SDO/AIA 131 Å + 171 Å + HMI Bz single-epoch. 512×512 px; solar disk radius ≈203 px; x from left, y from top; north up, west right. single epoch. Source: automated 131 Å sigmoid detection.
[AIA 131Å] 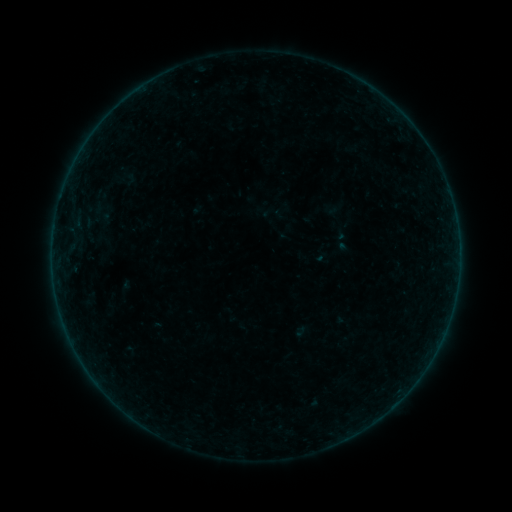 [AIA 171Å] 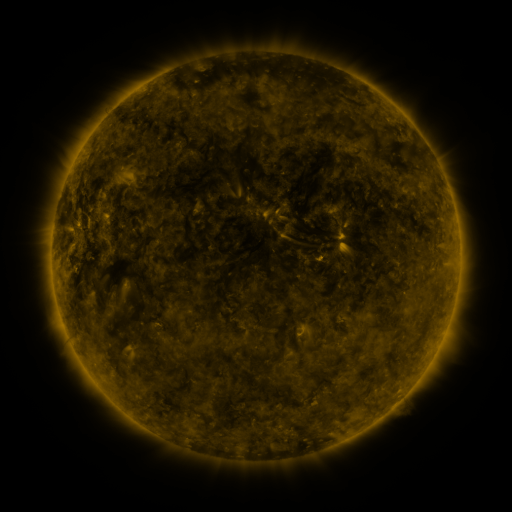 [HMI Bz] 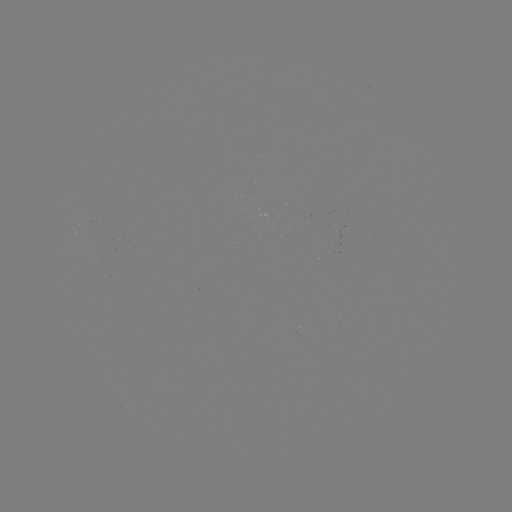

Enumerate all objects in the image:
sigmoid: (127, 180)
